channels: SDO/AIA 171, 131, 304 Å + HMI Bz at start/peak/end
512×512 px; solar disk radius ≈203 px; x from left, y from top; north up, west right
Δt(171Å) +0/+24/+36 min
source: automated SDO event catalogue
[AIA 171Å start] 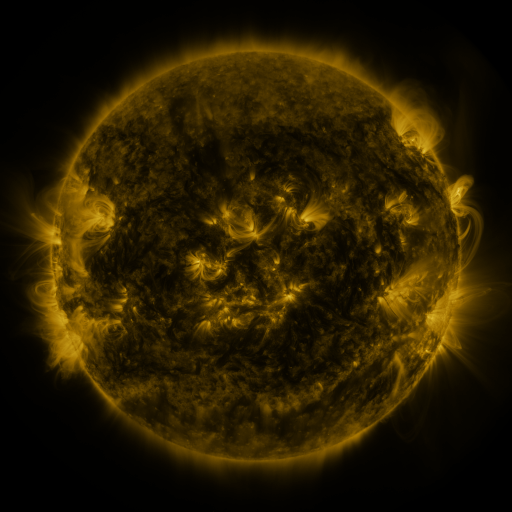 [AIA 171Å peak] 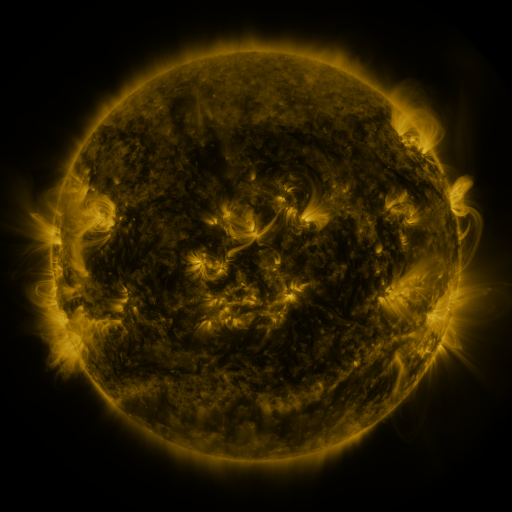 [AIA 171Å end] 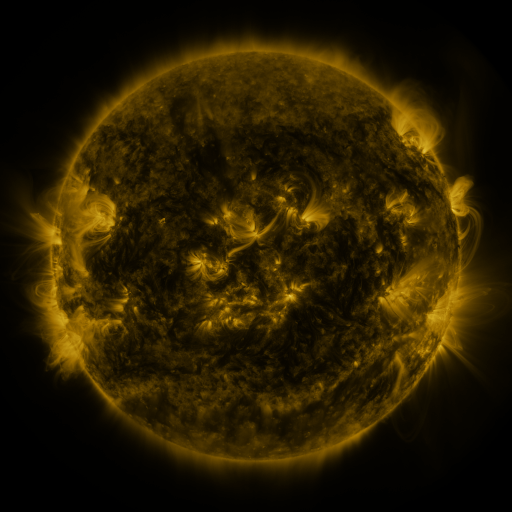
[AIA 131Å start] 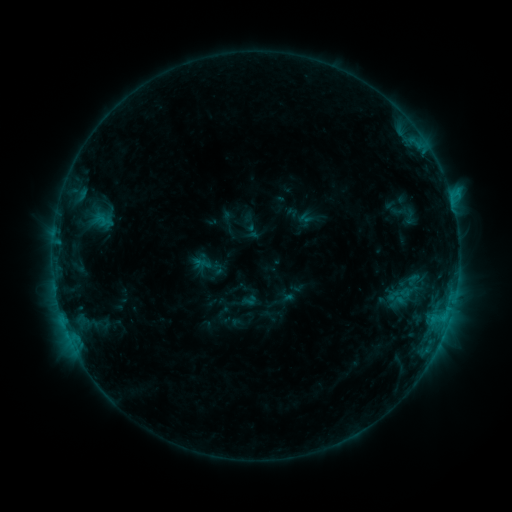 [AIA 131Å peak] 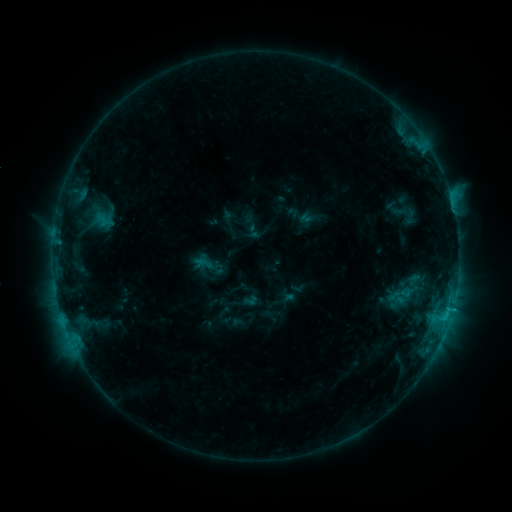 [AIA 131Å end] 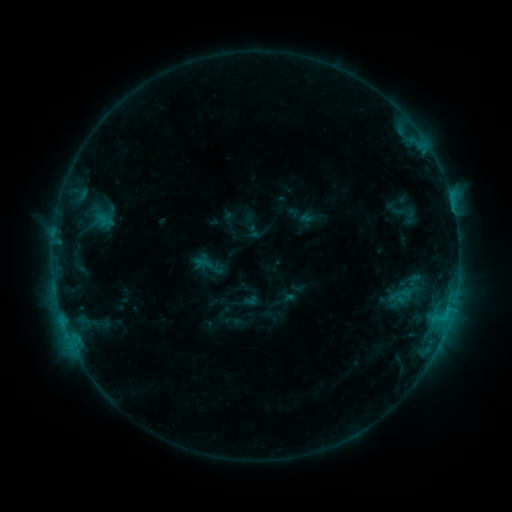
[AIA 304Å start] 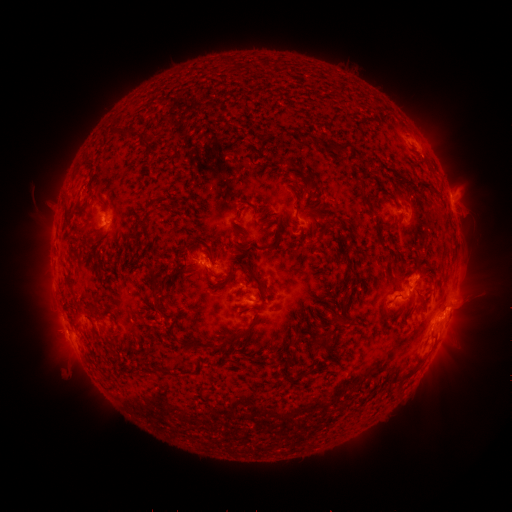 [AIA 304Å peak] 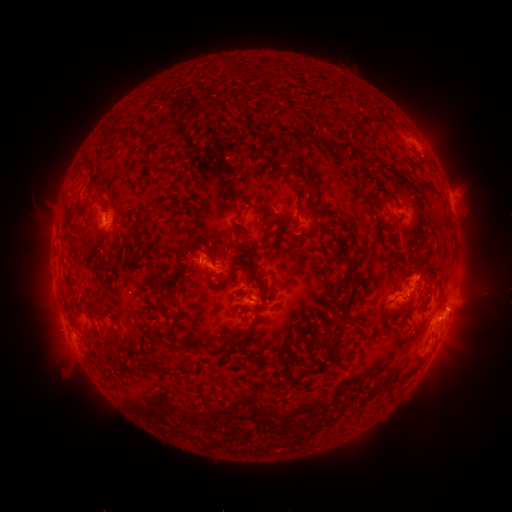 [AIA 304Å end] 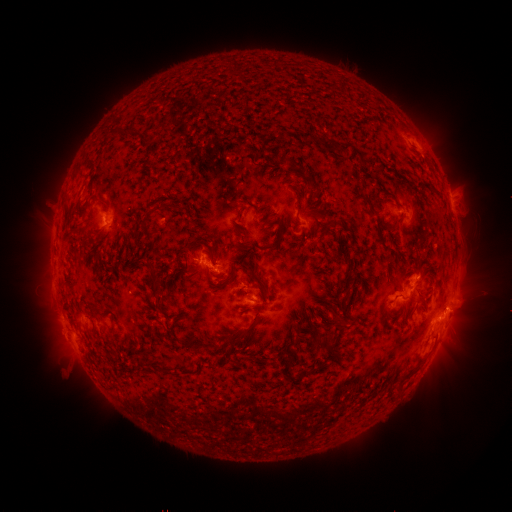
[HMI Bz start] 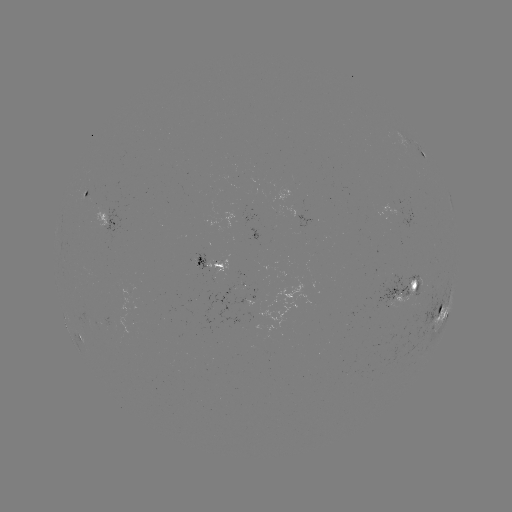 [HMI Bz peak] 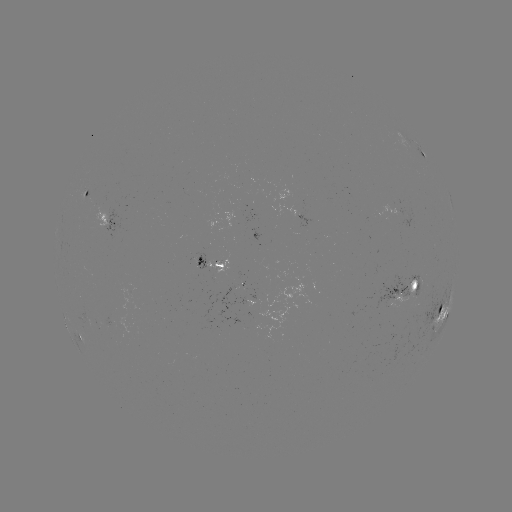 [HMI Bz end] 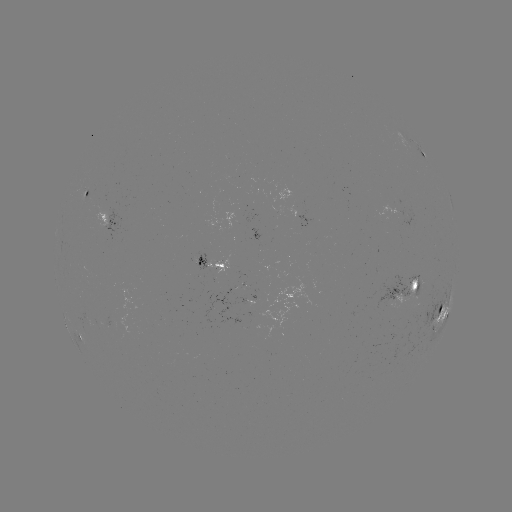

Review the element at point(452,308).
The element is C1.4 flare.